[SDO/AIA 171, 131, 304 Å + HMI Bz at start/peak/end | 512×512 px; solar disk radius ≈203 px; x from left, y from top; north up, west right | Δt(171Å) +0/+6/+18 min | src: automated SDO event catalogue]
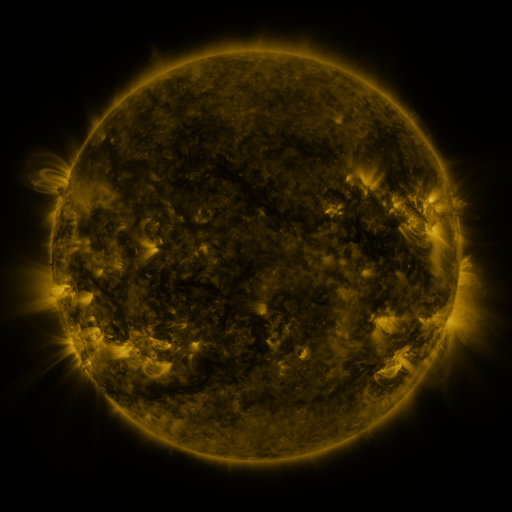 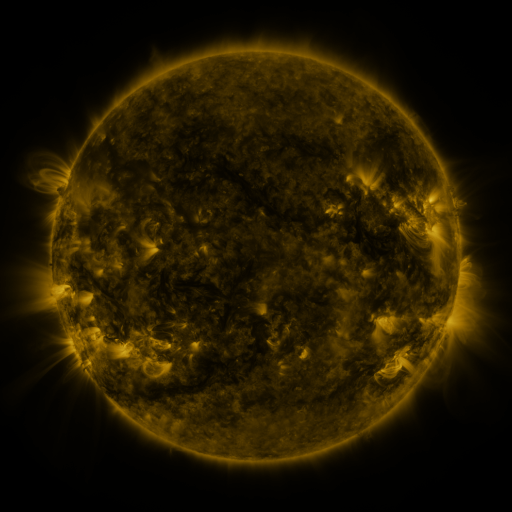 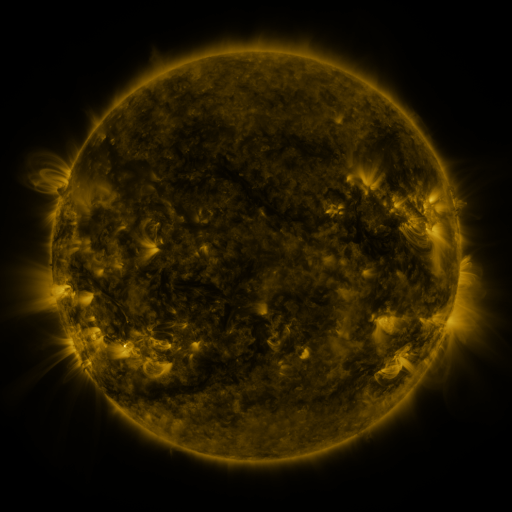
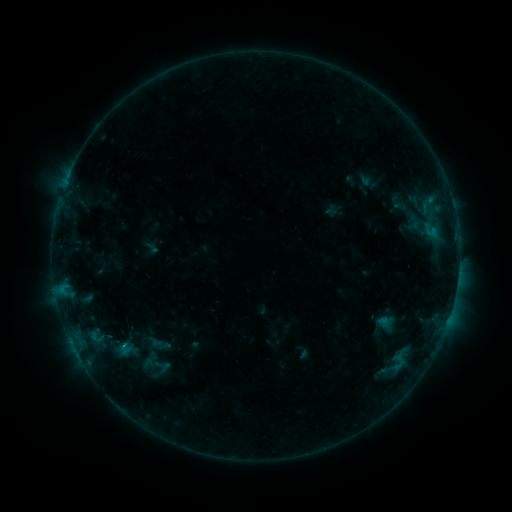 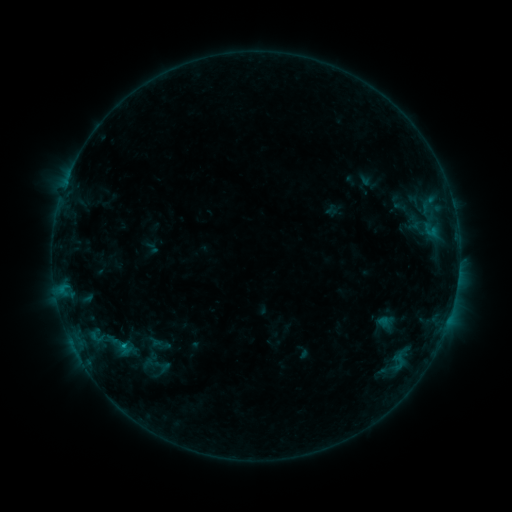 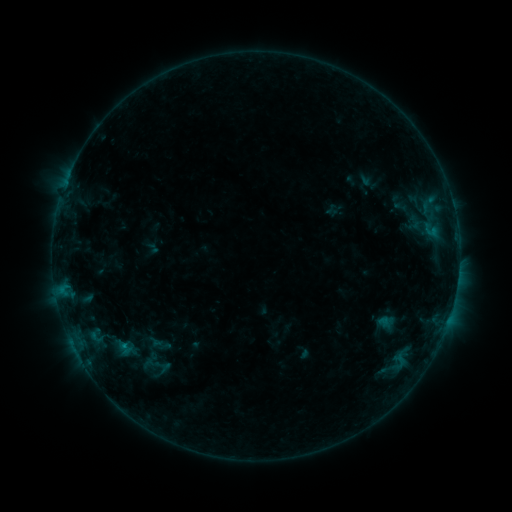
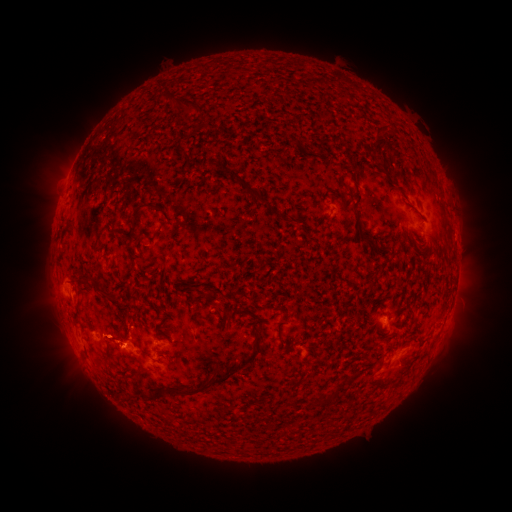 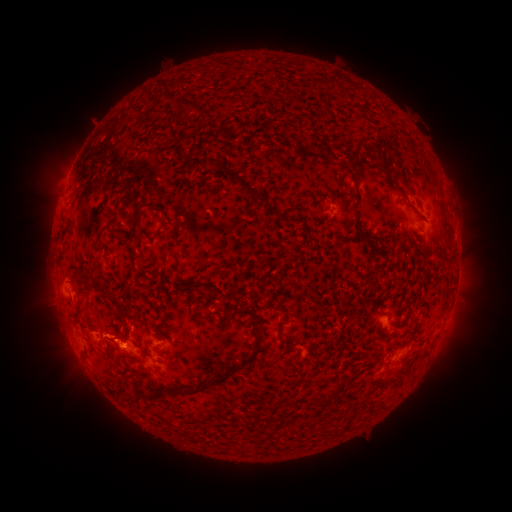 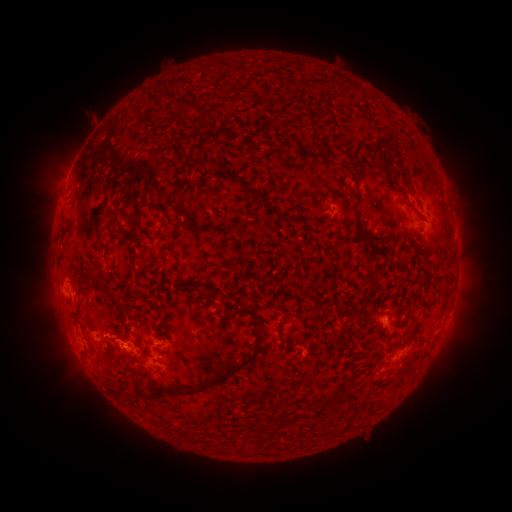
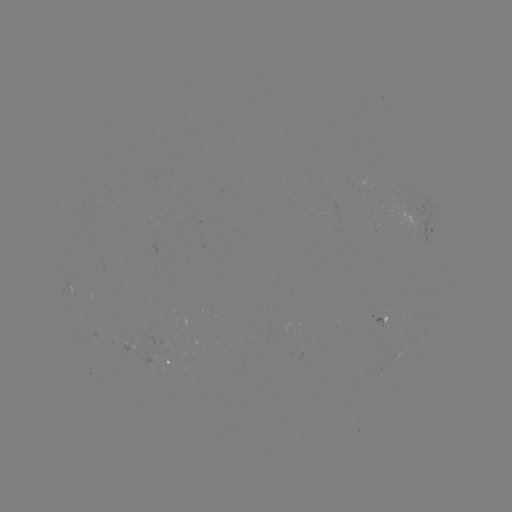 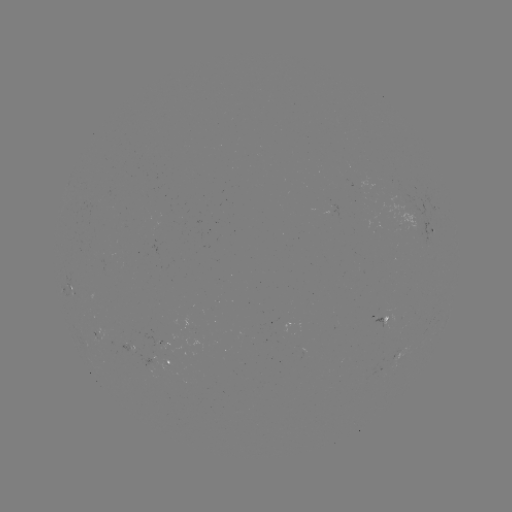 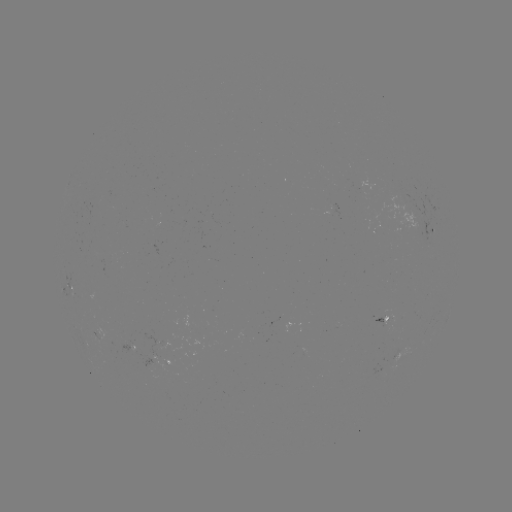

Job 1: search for B4.6 flare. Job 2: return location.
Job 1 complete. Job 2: [123, 343].